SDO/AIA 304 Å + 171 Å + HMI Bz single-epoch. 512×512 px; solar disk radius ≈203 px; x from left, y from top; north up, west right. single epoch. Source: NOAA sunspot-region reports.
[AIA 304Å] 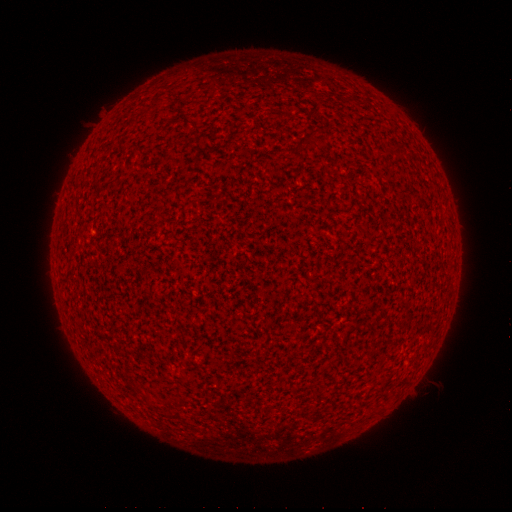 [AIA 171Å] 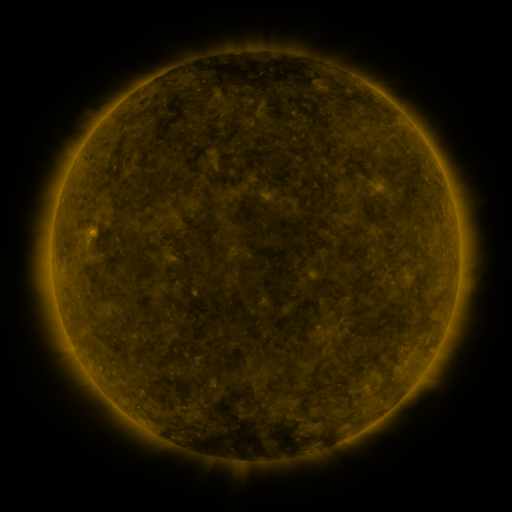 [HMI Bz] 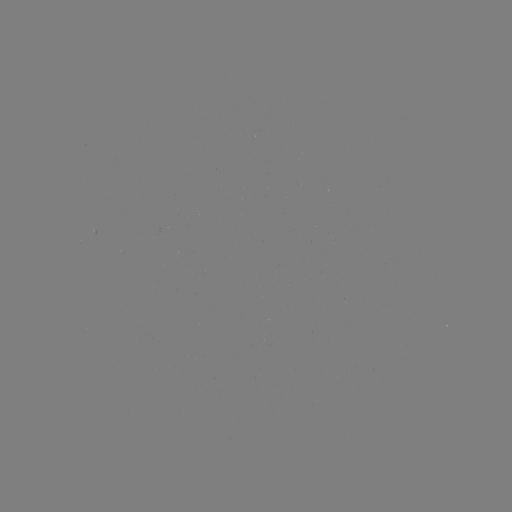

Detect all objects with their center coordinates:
(none)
